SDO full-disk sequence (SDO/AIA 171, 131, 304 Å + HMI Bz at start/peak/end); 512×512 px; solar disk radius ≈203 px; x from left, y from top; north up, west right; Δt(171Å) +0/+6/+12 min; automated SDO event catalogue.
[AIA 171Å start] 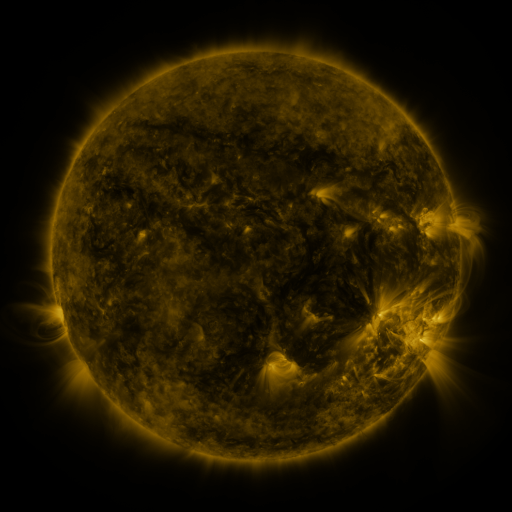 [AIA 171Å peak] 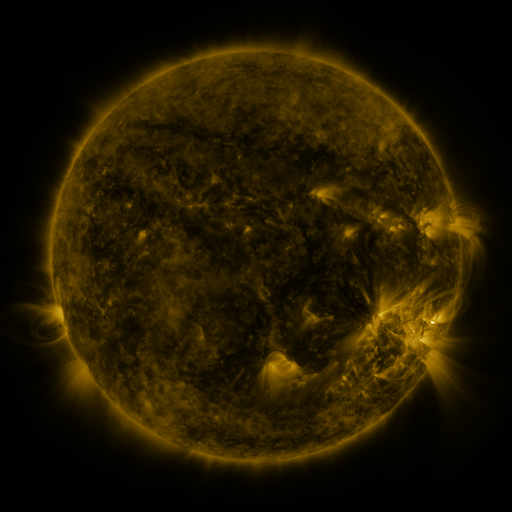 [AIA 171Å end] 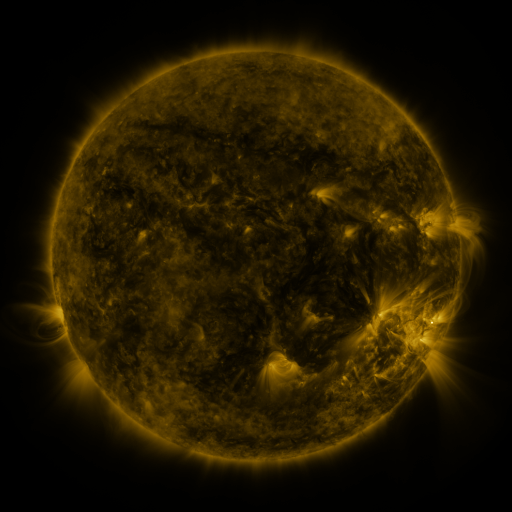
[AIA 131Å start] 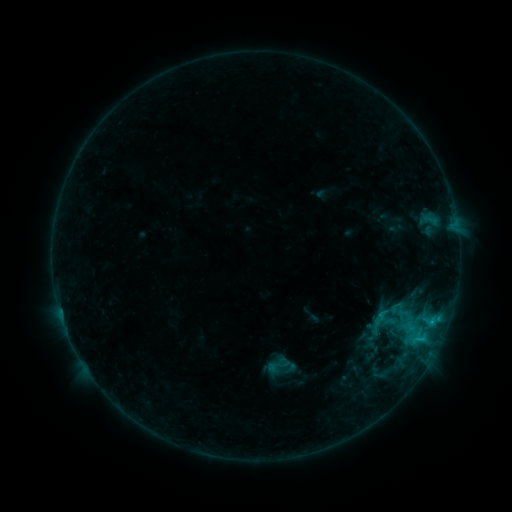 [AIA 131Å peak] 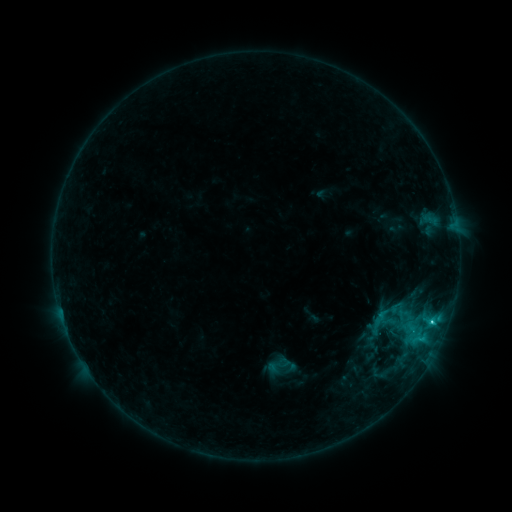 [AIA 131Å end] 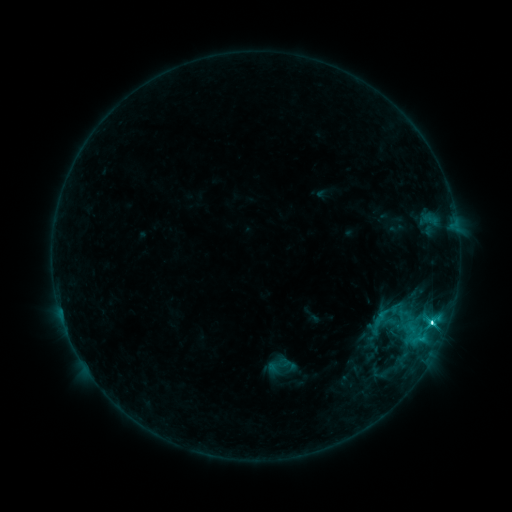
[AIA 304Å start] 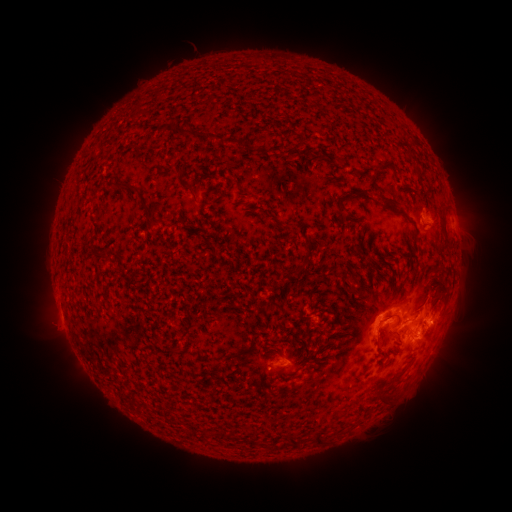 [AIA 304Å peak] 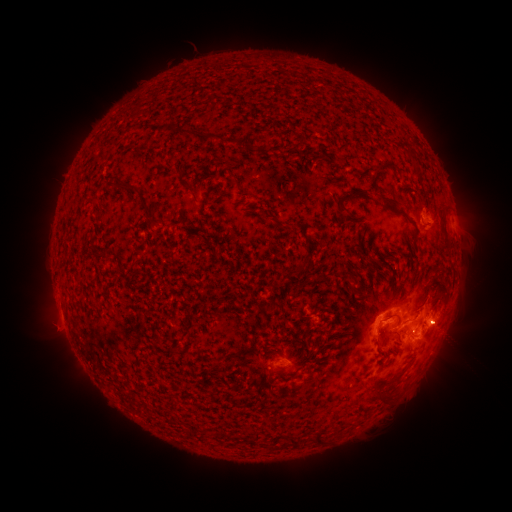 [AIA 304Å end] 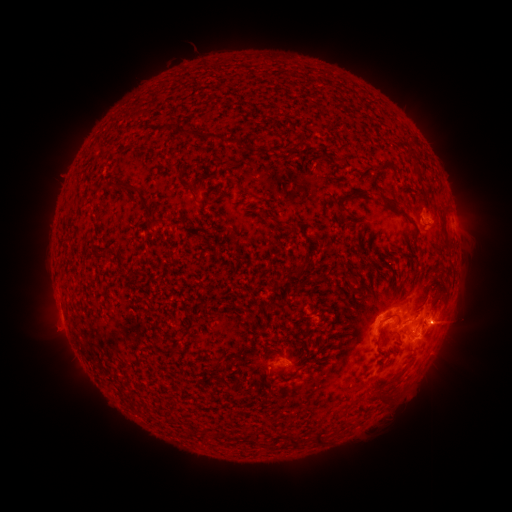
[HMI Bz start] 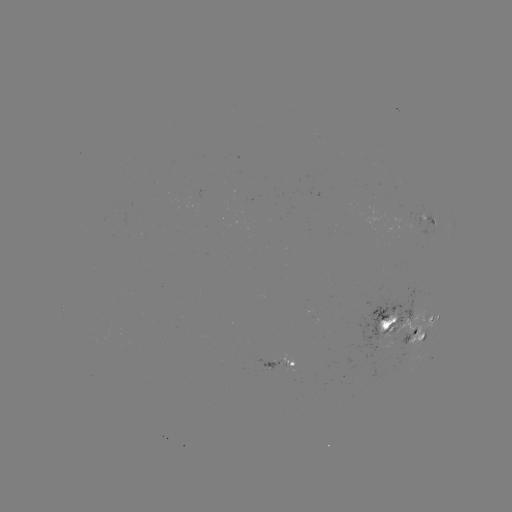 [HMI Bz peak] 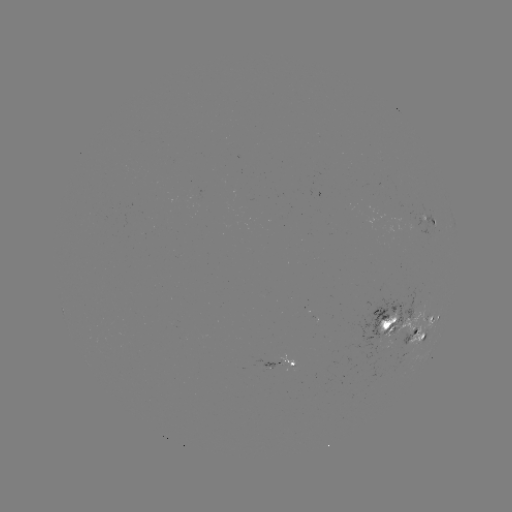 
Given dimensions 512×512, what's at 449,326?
eruption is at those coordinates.